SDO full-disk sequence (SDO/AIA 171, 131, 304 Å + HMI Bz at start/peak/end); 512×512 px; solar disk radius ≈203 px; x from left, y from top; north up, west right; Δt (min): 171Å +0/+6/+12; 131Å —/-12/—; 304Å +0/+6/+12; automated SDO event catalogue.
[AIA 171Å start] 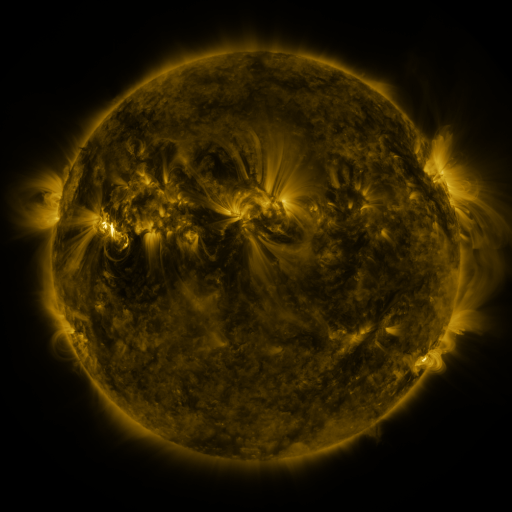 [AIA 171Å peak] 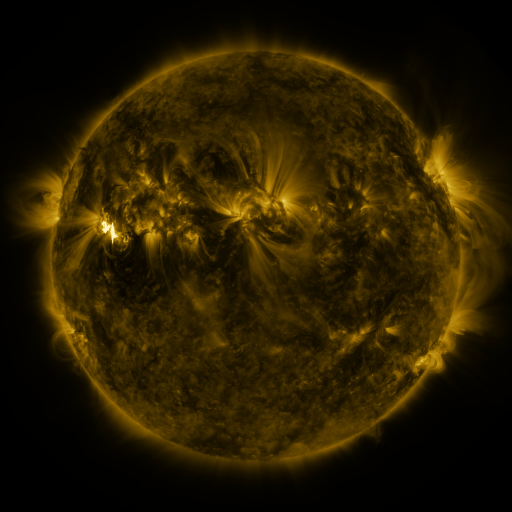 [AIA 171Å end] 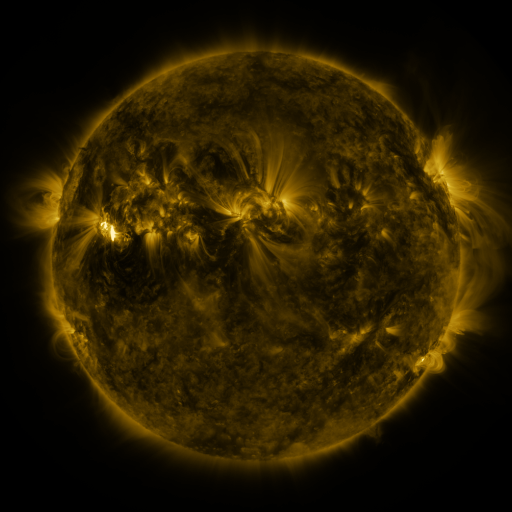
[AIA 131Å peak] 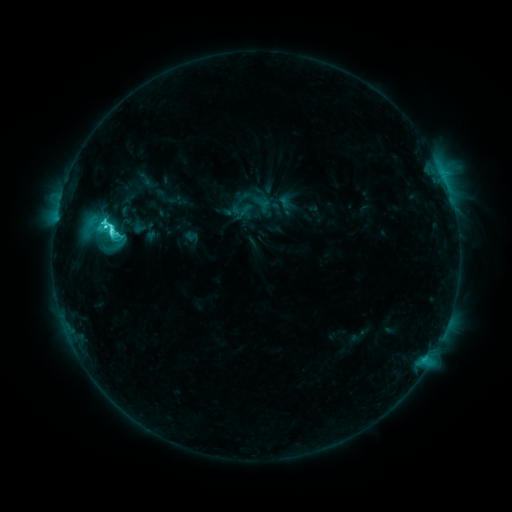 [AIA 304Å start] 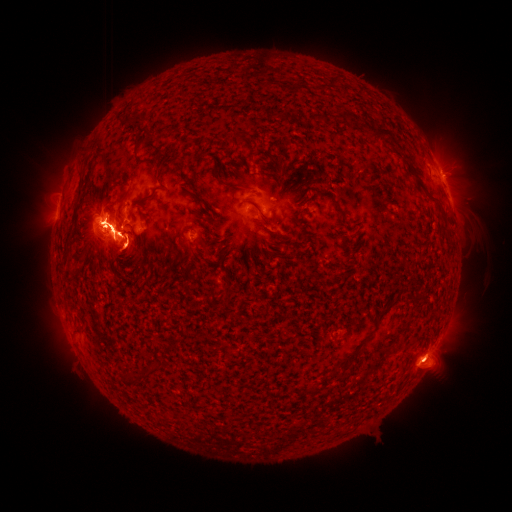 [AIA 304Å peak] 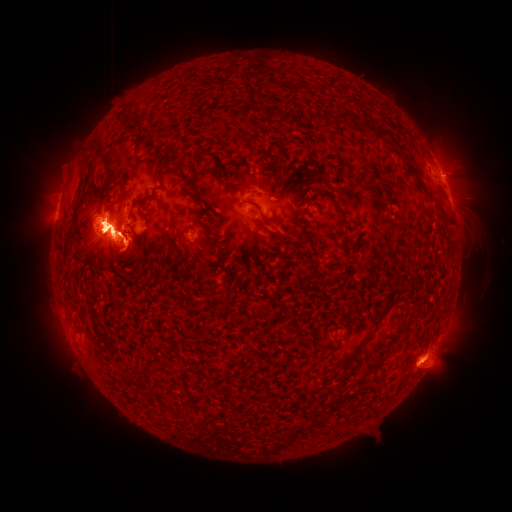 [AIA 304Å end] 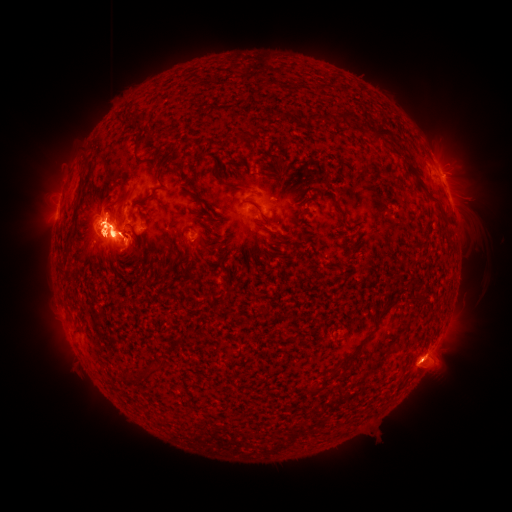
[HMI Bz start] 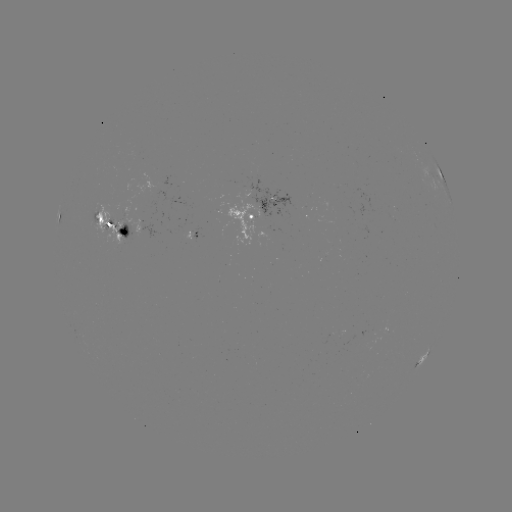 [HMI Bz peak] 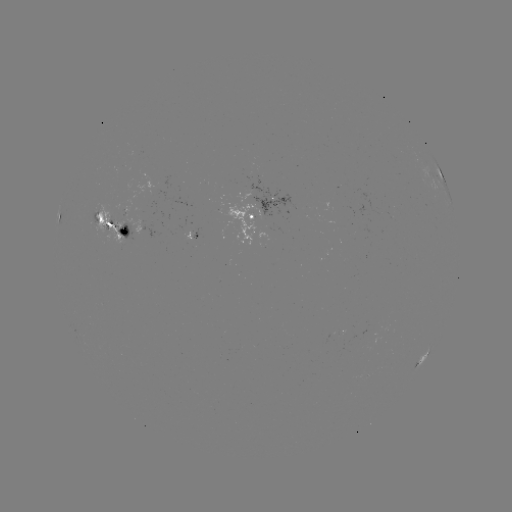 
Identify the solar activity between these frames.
eruption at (461, 167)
